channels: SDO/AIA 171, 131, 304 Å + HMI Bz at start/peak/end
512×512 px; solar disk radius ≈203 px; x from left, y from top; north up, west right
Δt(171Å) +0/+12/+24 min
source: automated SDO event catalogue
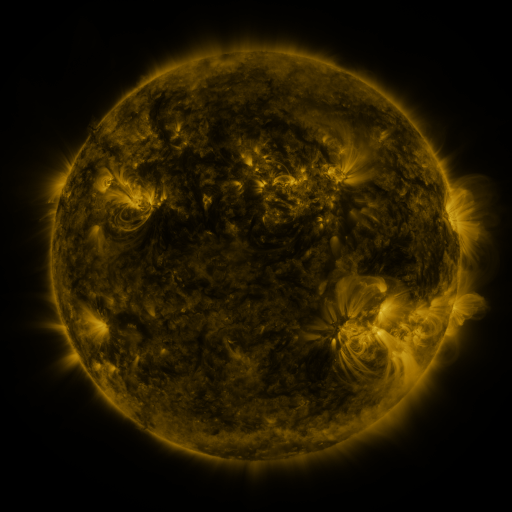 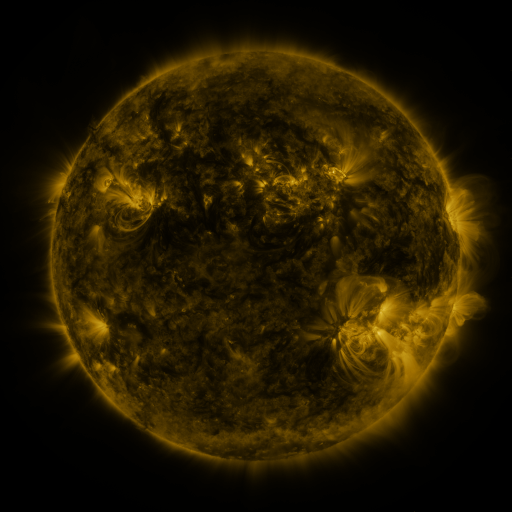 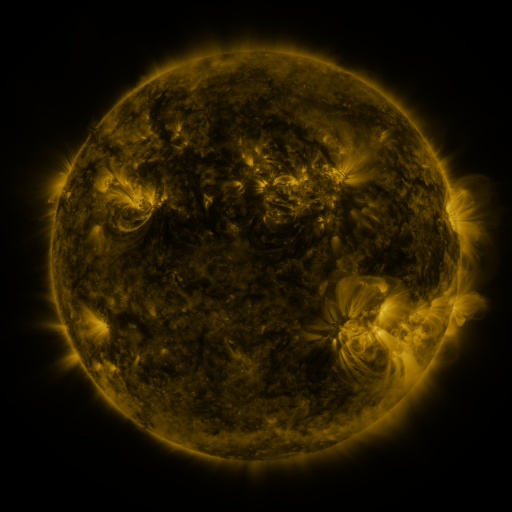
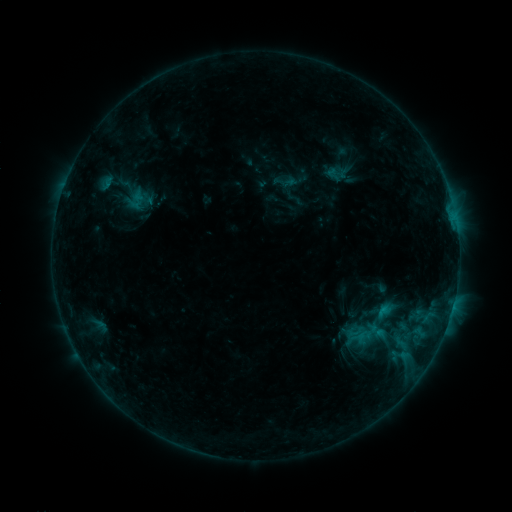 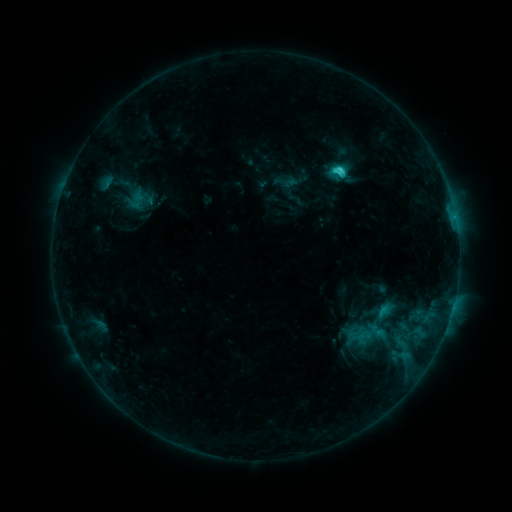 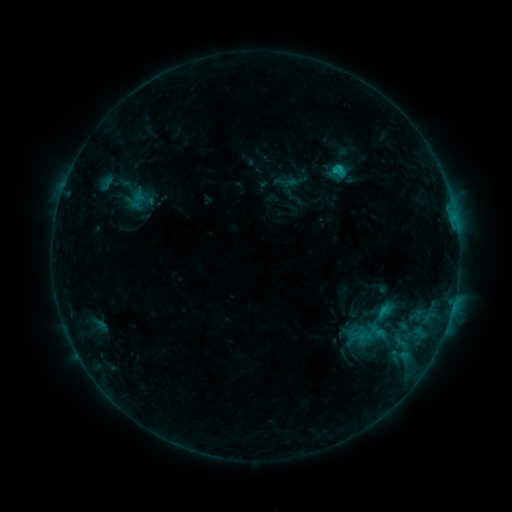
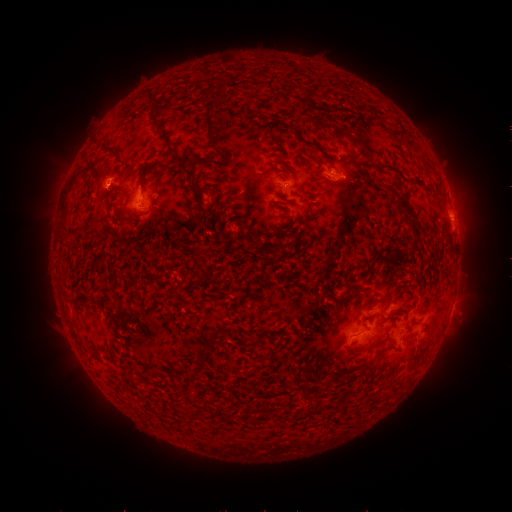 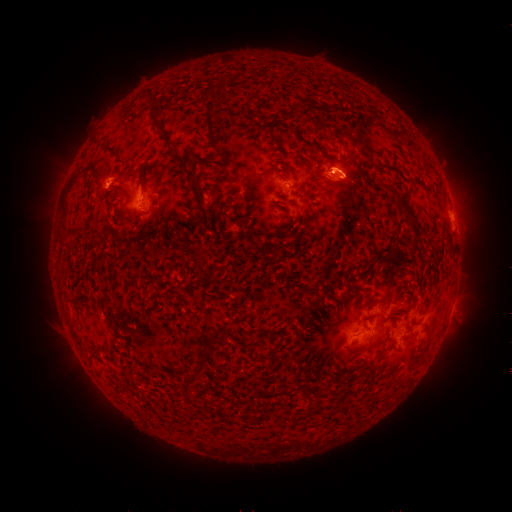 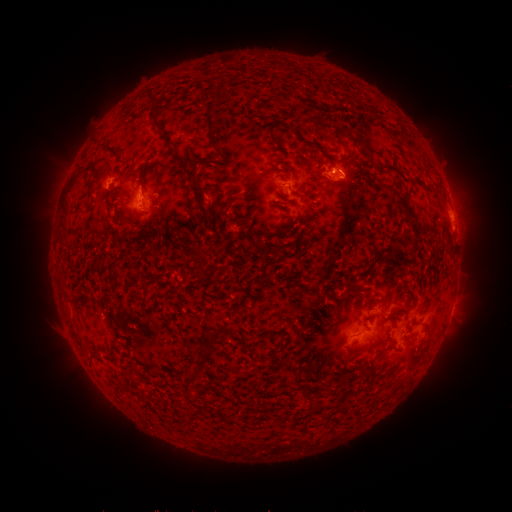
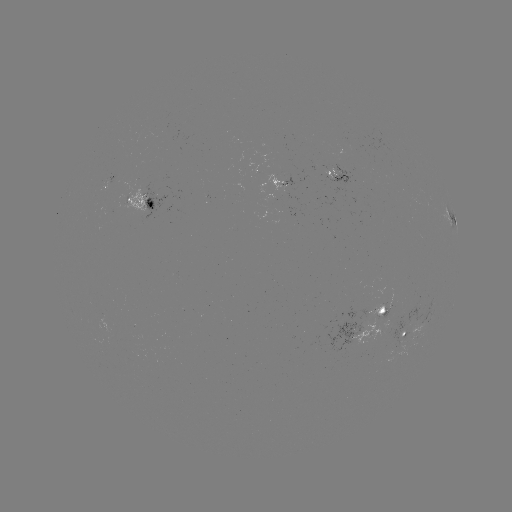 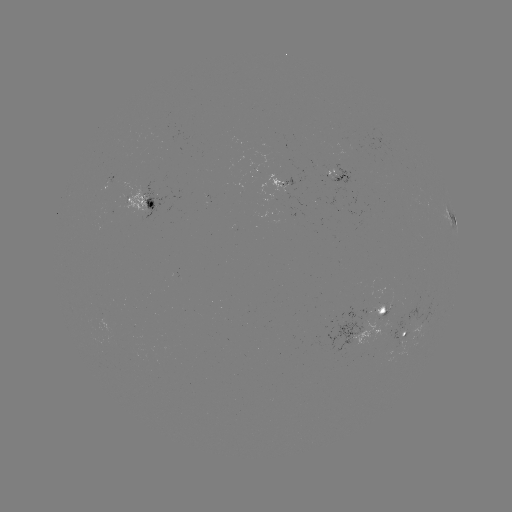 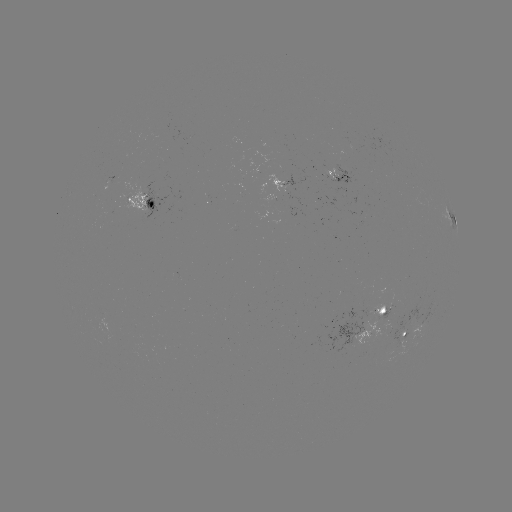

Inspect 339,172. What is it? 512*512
C2.2 flare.